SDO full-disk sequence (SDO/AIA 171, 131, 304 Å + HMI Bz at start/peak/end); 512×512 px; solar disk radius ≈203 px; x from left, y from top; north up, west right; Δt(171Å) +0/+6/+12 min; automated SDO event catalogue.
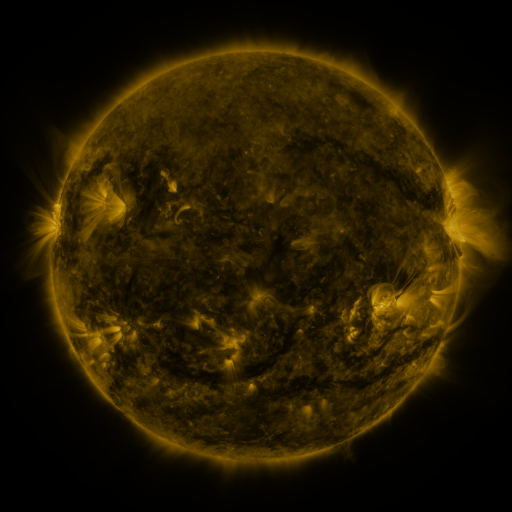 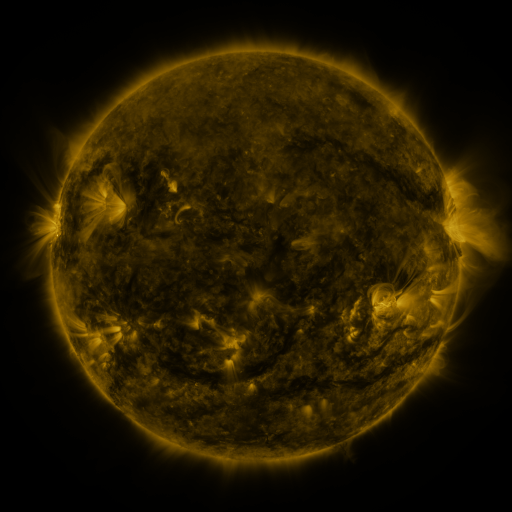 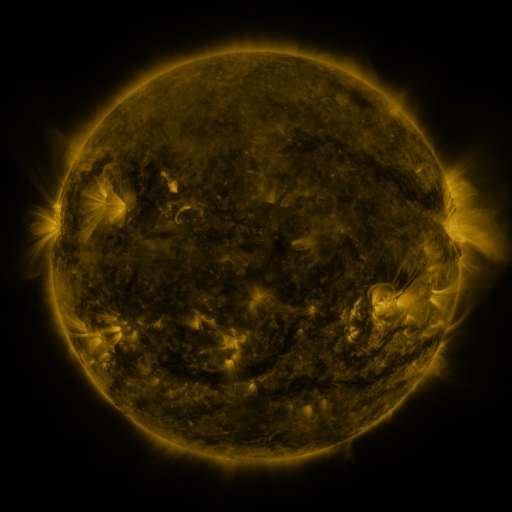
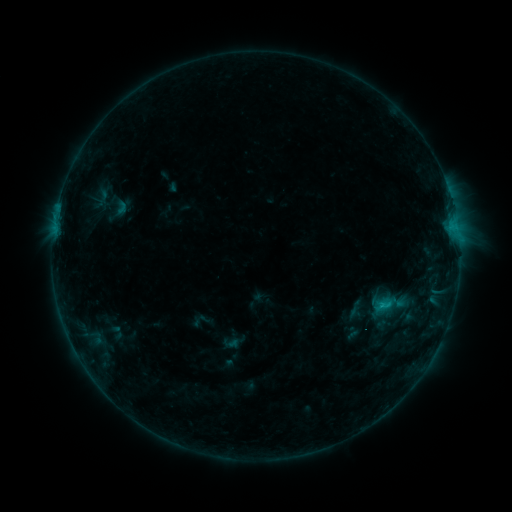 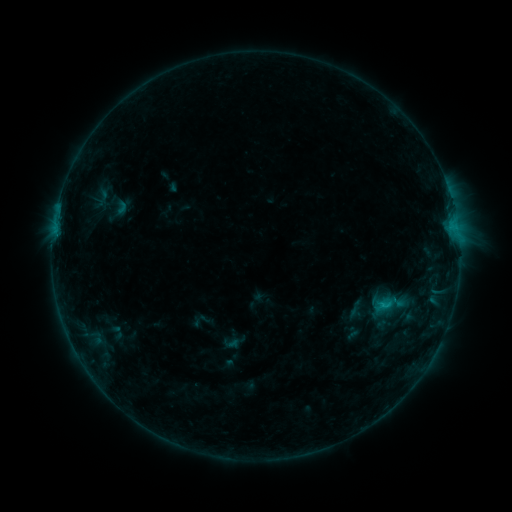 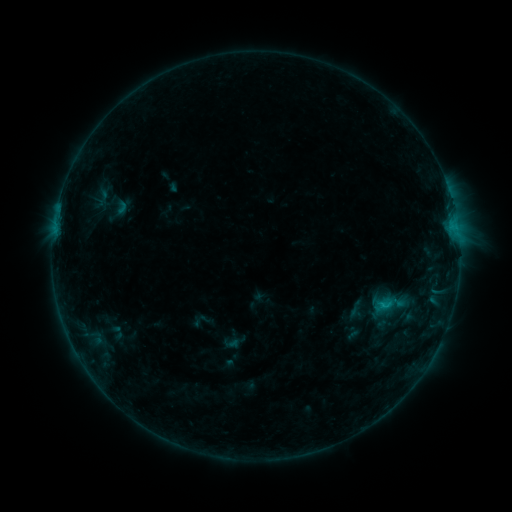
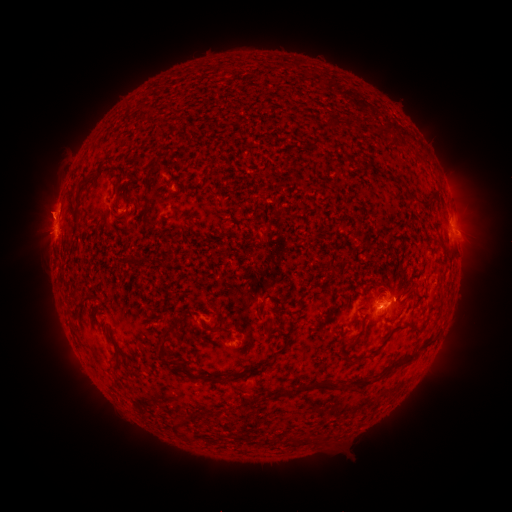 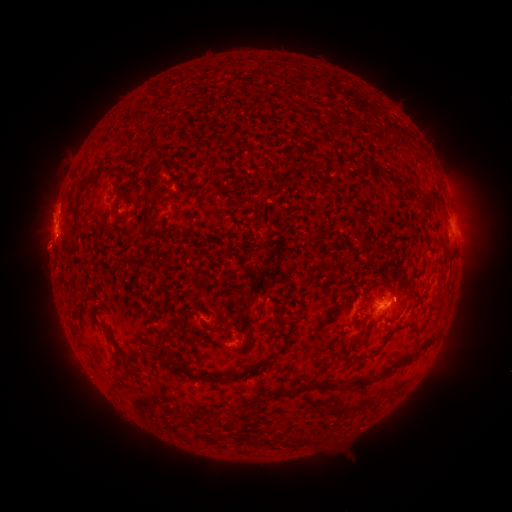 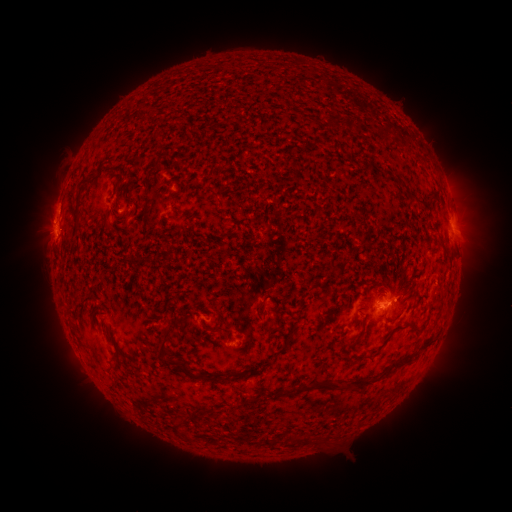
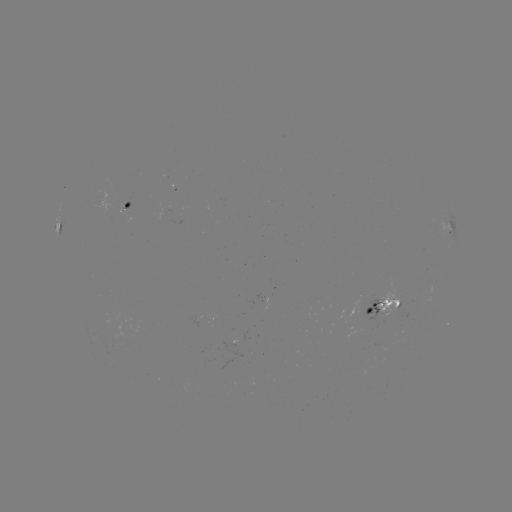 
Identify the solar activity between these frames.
eruption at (43, 250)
